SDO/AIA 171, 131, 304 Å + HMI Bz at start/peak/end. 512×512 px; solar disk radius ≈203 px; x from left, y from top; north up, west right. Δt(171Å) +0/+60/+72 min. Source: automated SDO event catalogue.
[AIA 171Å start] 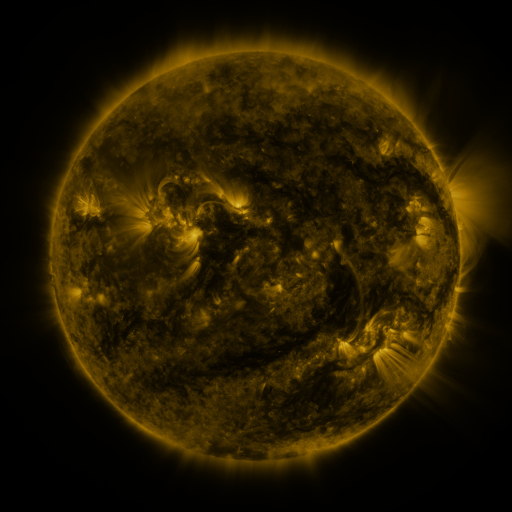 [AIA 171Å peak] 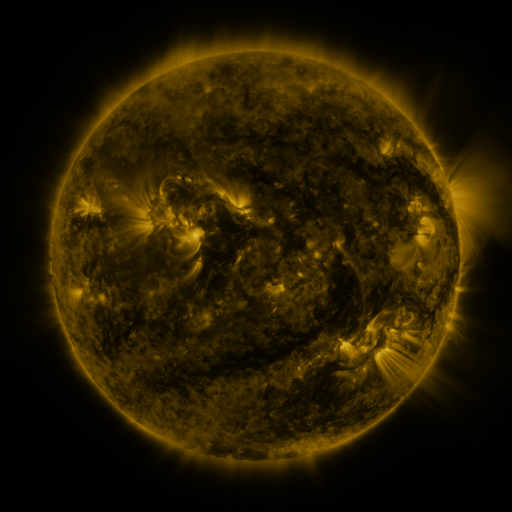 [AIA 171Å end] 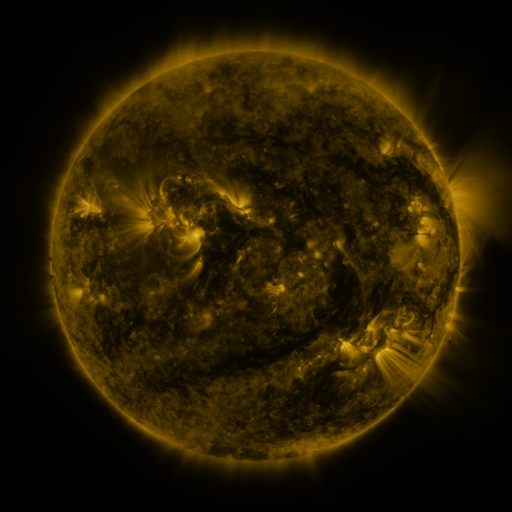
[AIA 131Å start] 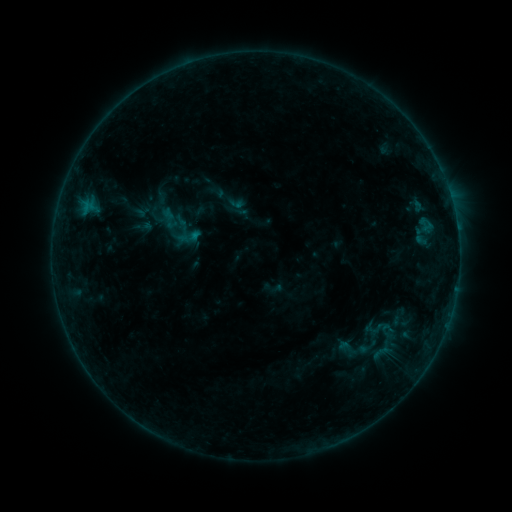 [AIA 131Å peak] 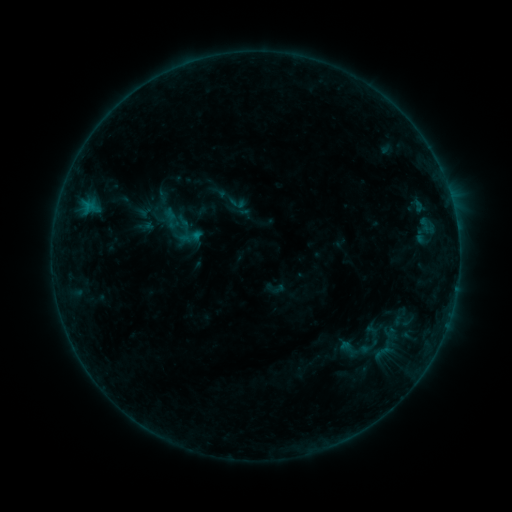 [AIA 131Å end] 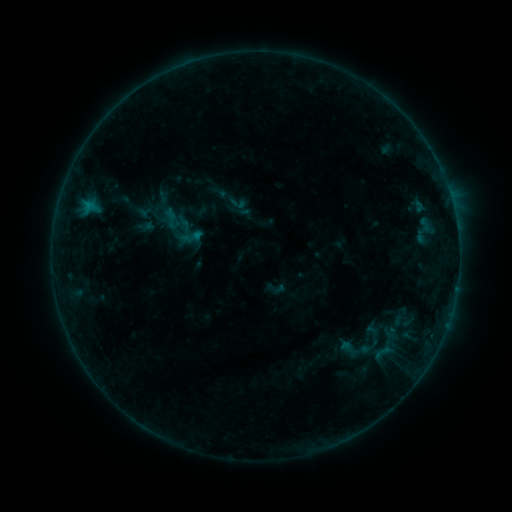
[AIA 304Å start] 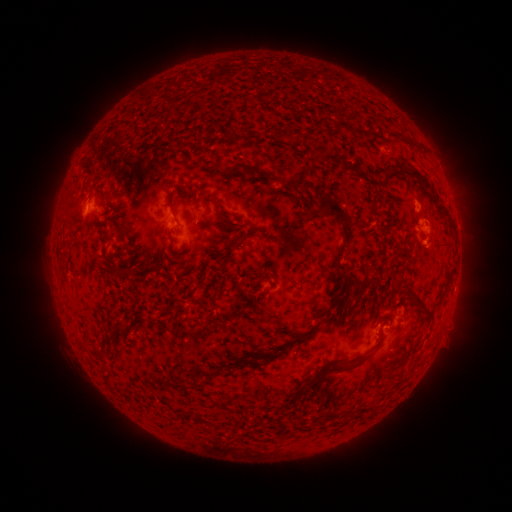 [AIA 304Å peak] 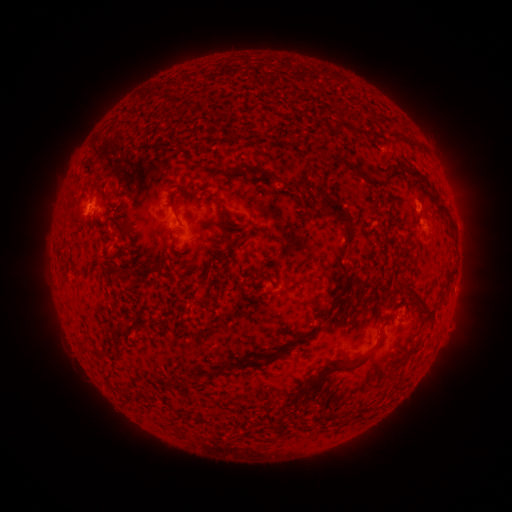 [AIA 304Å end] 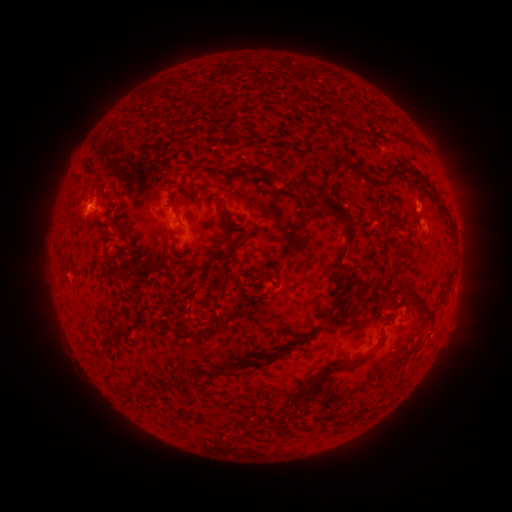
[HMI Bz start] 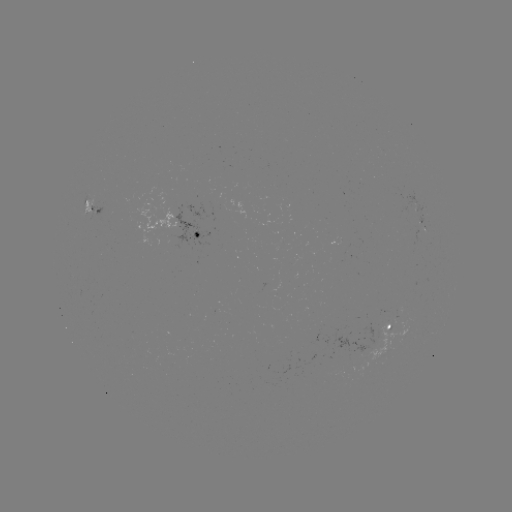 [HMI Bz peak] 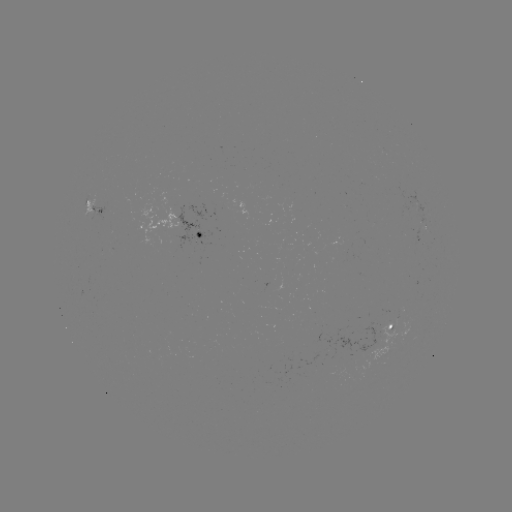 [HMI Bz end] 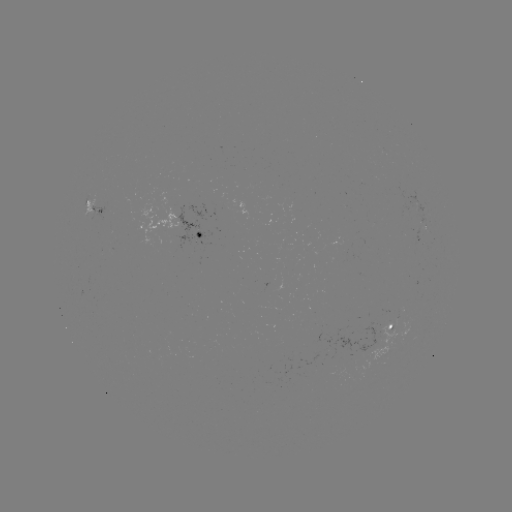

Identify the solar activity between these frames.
emerging-flux region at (394, 326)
